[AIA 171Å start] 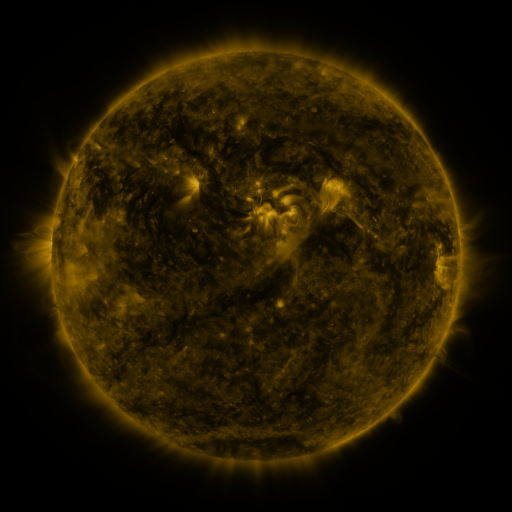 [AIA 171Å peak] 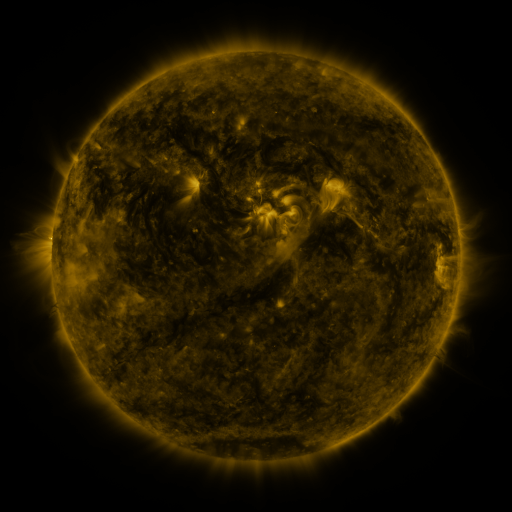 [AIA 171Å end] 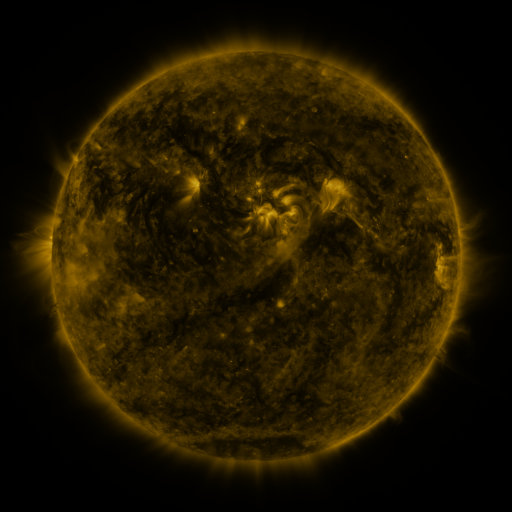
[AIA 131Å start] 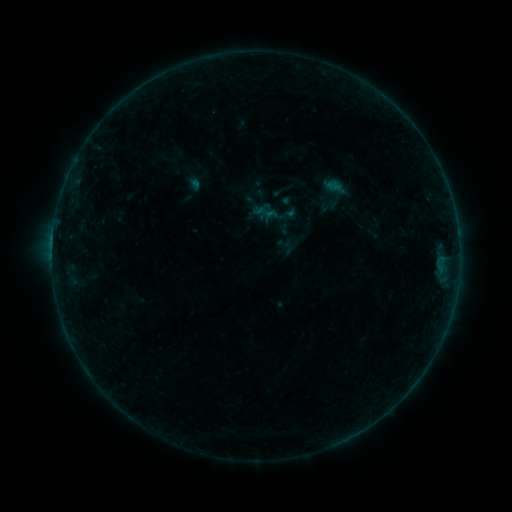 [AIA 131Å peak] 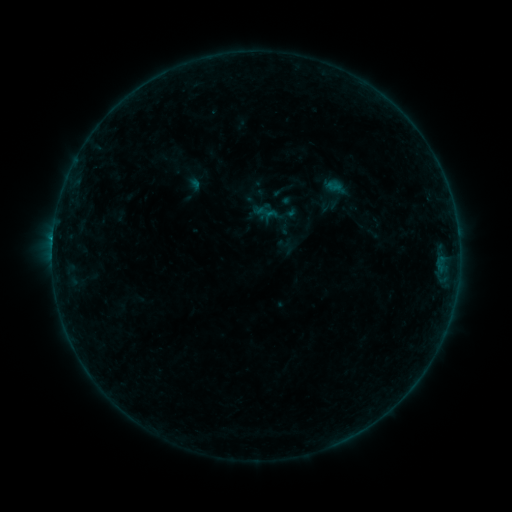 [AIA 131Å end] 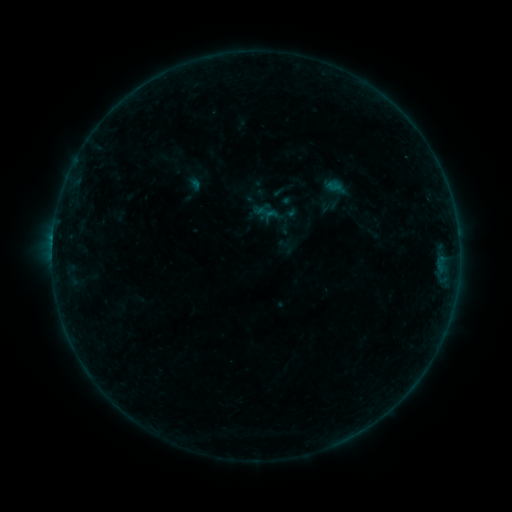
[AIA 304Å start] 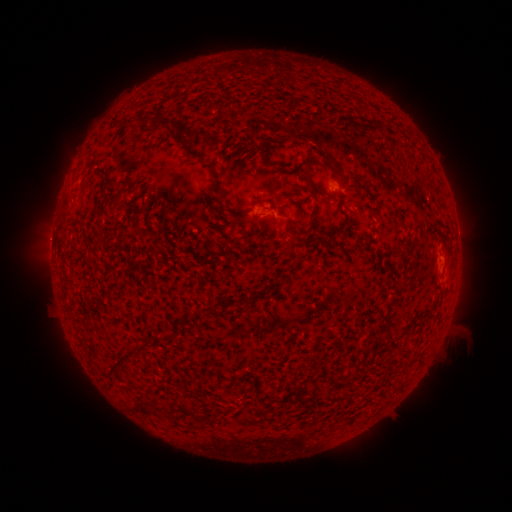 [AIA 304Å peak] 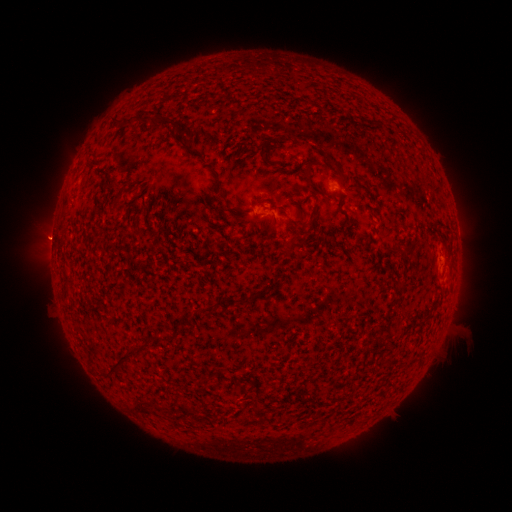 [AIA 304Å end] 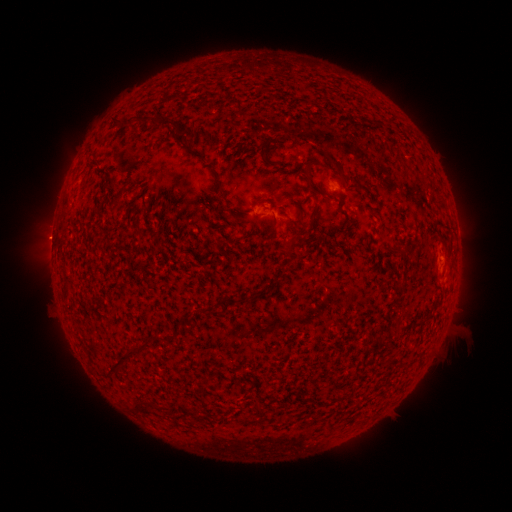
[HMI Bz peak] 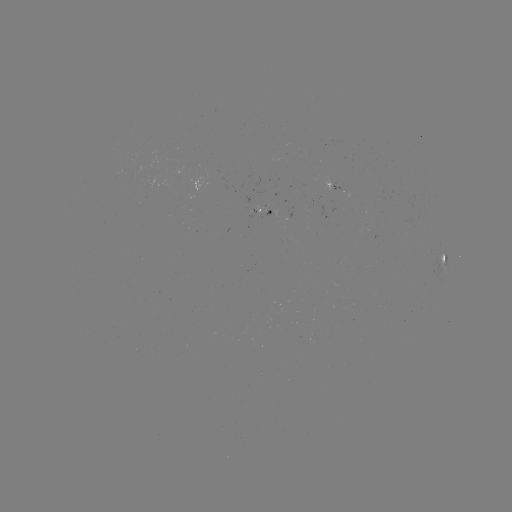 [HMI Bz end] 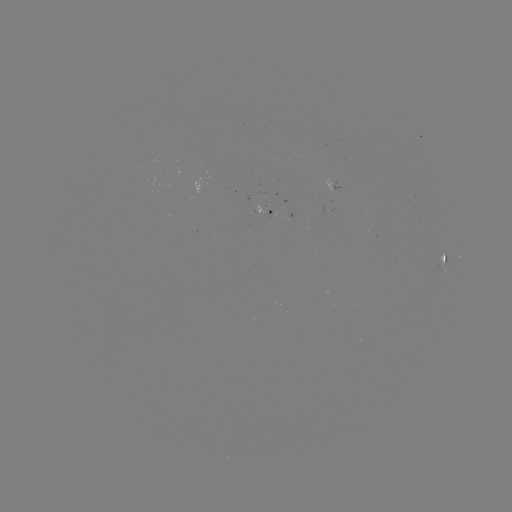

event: flare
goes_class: B2.0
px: (53, 241)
